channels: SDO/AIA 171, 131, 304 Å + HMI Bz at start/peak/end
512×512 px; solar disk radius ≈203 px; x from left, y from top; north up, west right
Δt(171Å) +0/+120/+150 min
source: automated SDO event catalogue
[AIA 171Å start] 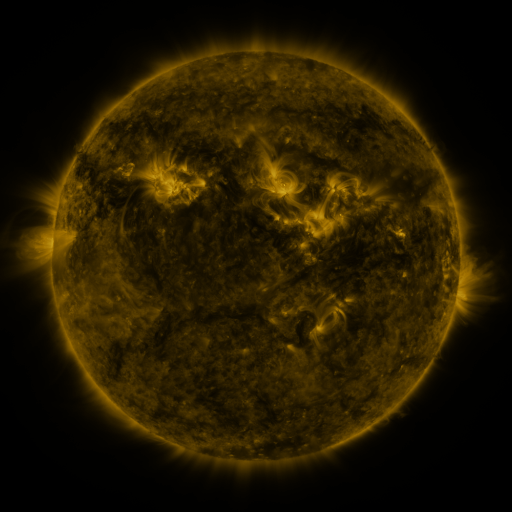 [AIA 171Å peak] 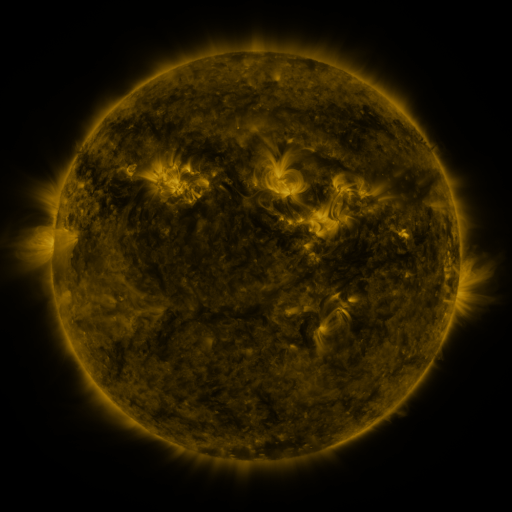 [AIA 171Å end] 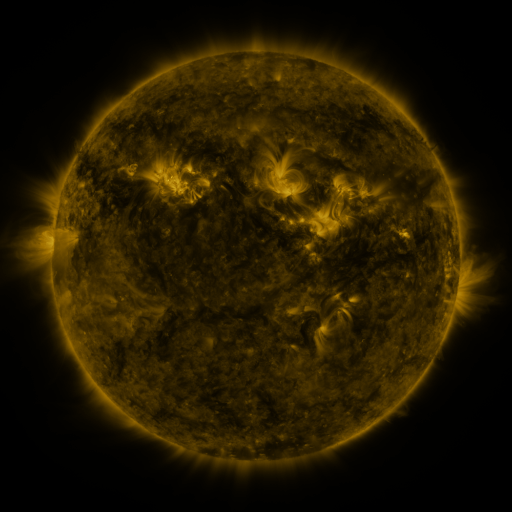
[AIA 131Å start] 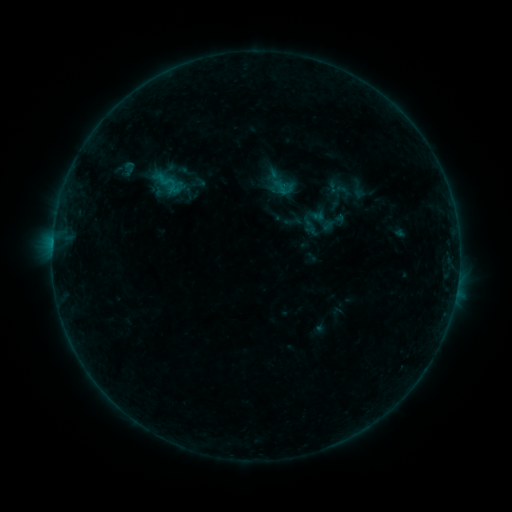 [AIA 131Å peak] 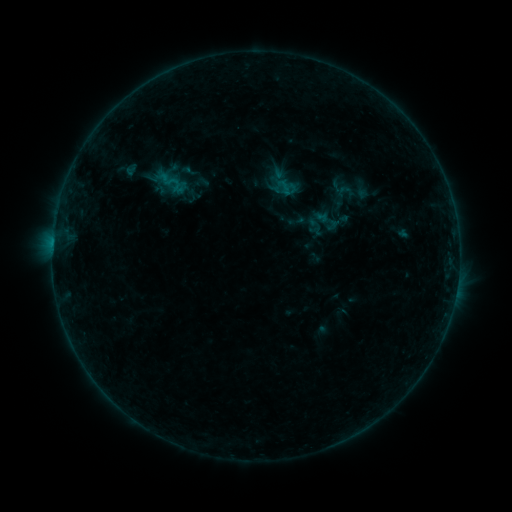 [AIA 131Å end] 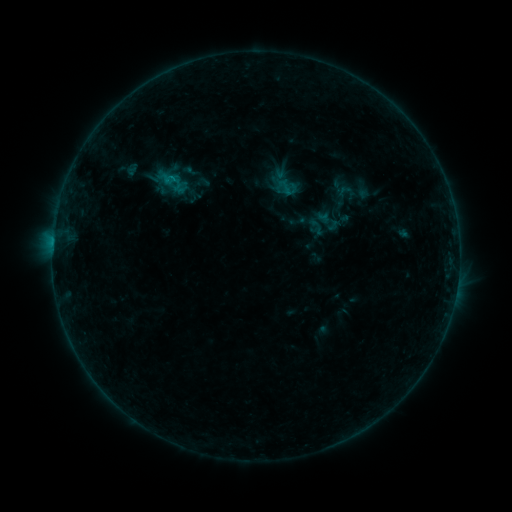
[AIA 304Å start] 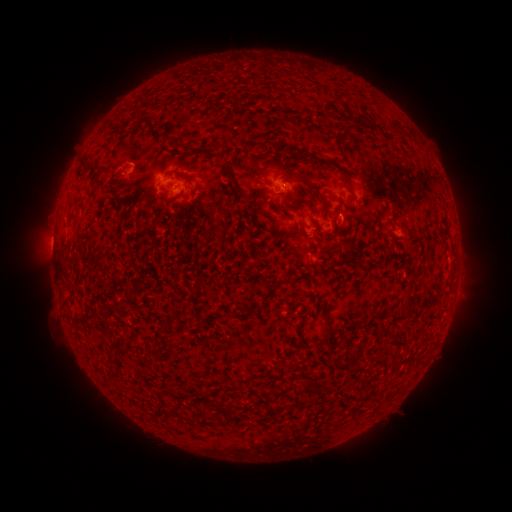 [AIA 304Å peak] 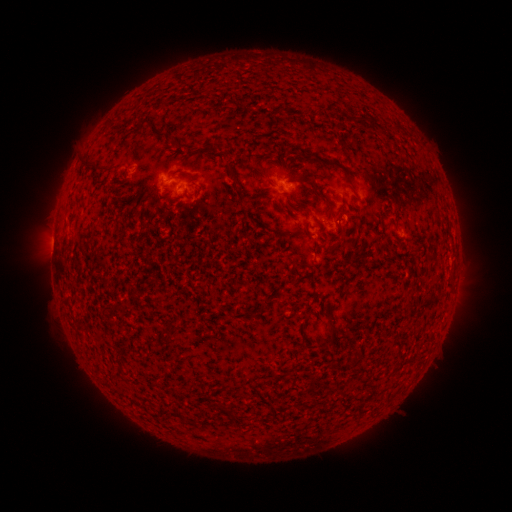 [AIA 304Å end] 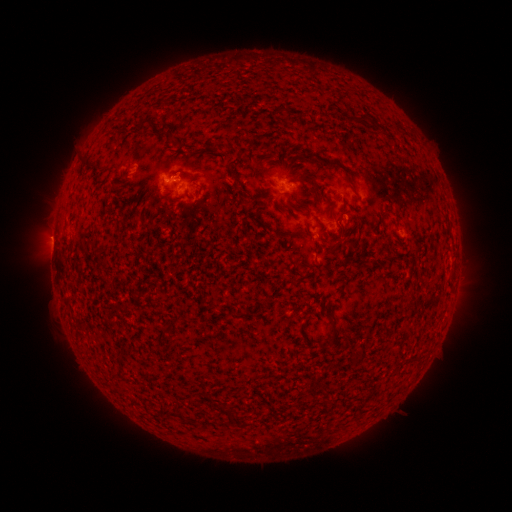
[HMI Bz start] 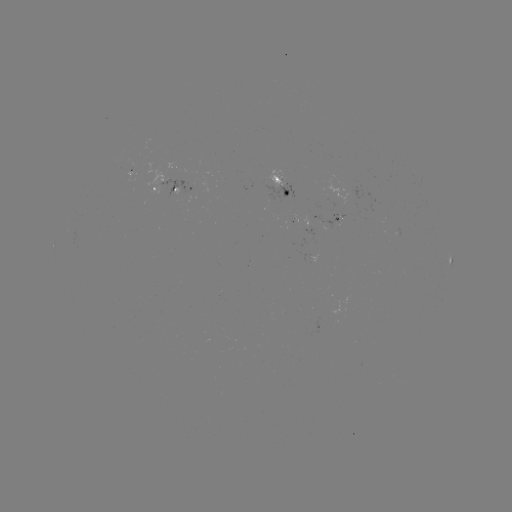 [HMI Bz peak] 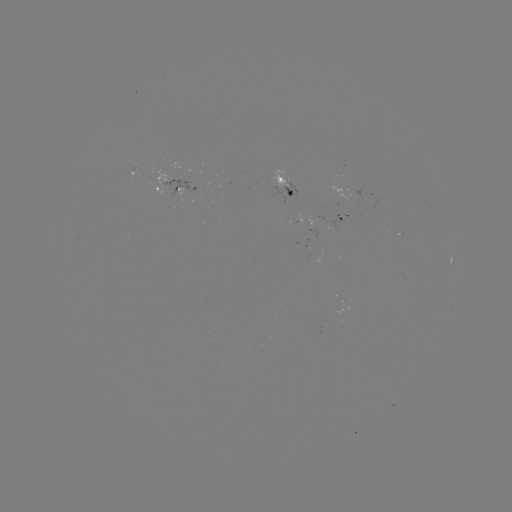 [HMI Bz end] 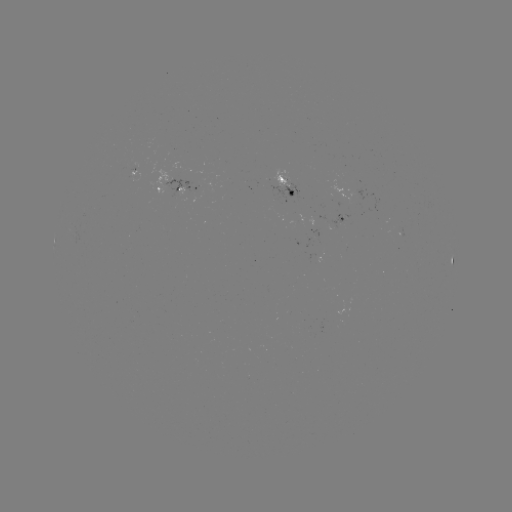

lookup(emerging-flux region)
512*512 [335, 224]